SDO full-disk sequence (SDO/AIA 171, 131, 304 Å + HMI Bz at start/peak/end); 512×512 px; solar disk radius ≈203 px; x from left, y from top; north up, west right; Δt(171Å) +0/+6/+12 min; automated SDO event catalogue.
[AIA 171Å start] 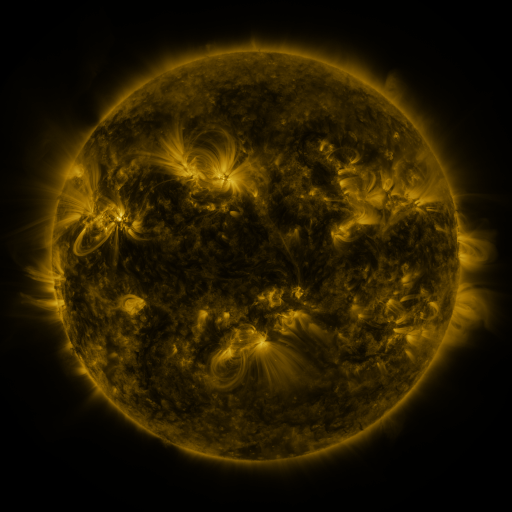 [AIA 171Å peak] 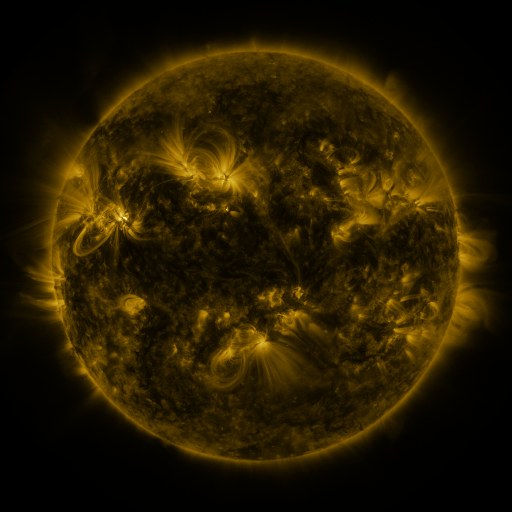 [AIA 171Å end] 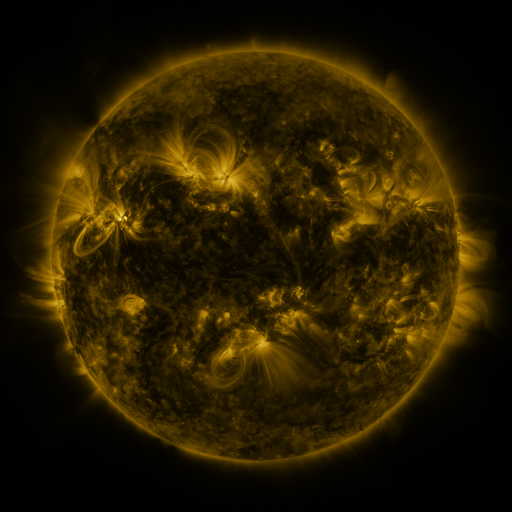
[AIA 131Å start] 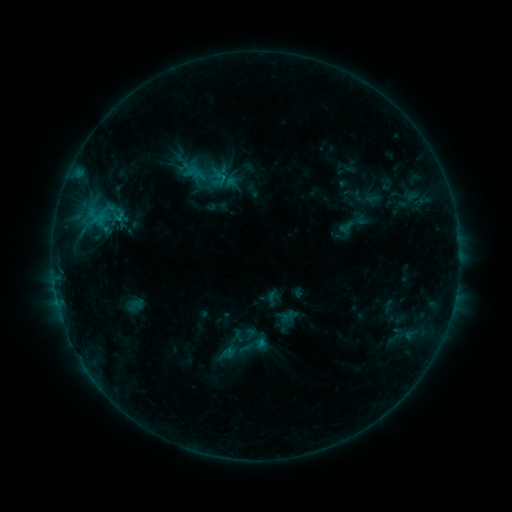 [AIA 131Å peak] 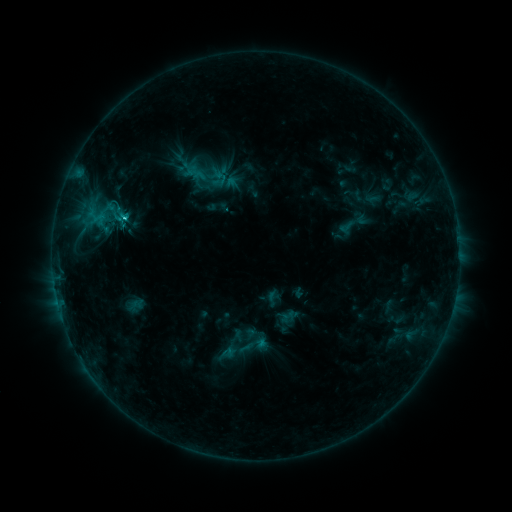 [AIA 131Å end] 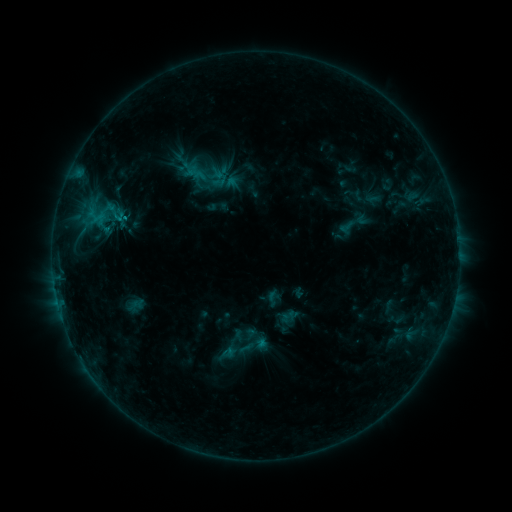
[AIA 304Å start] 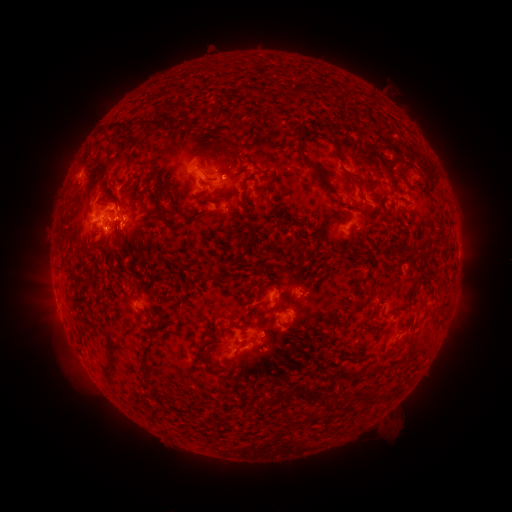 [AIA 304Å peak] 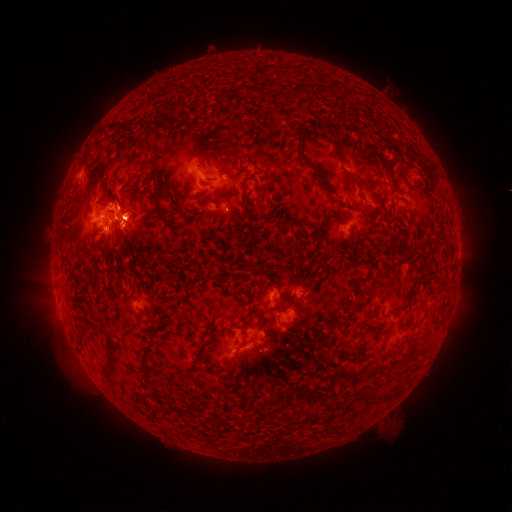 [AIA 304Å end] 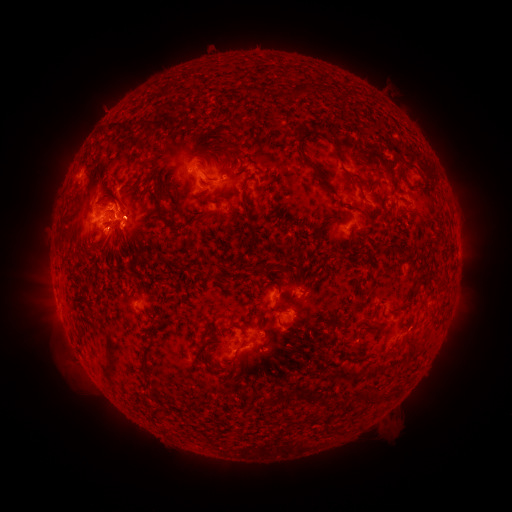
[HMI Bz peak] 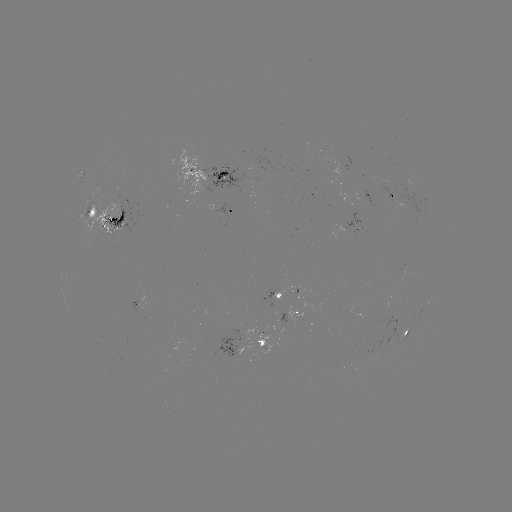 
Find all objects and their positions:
C1.4 flare: (125, 220)
